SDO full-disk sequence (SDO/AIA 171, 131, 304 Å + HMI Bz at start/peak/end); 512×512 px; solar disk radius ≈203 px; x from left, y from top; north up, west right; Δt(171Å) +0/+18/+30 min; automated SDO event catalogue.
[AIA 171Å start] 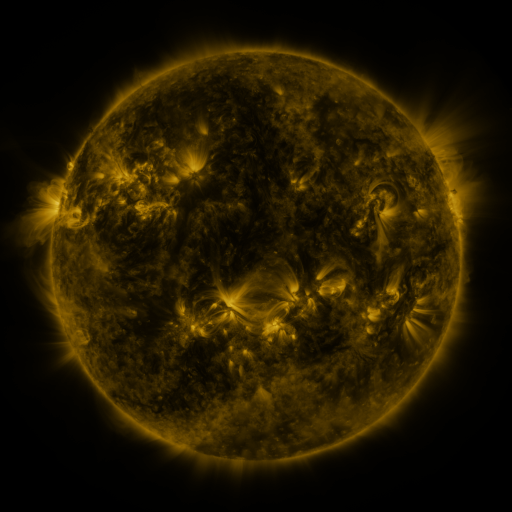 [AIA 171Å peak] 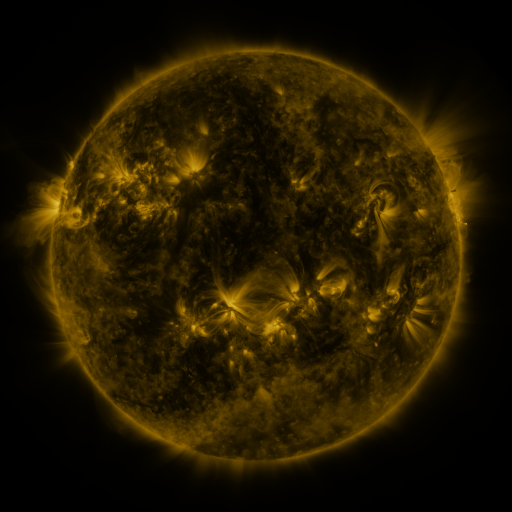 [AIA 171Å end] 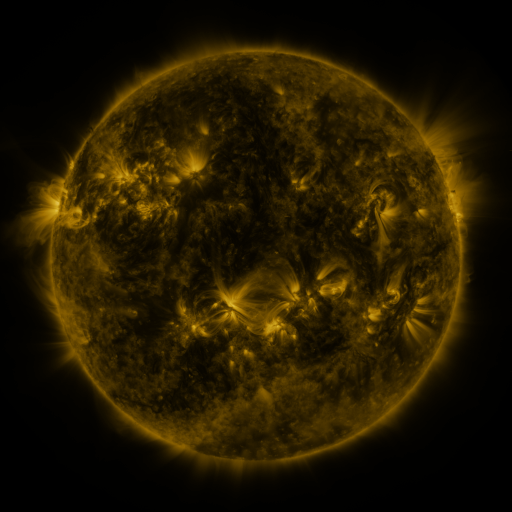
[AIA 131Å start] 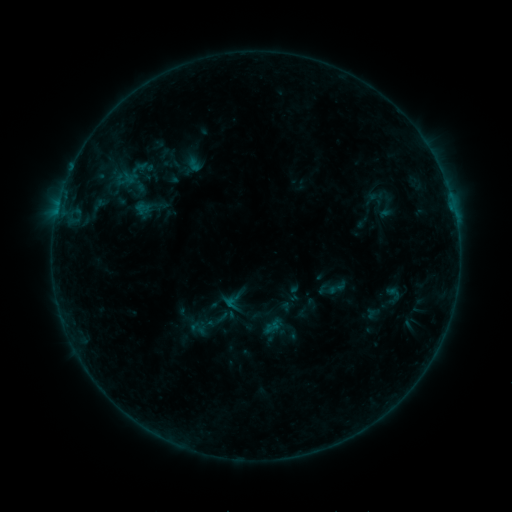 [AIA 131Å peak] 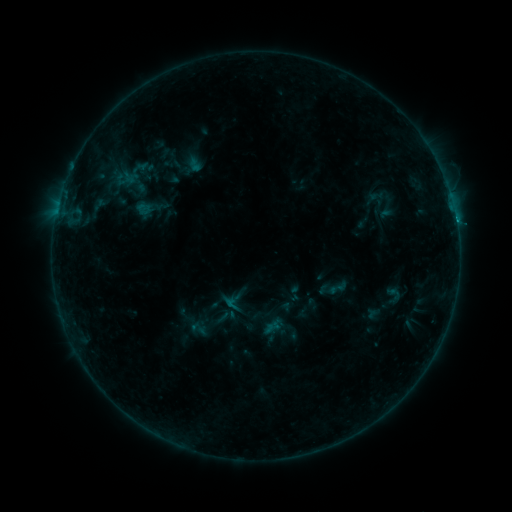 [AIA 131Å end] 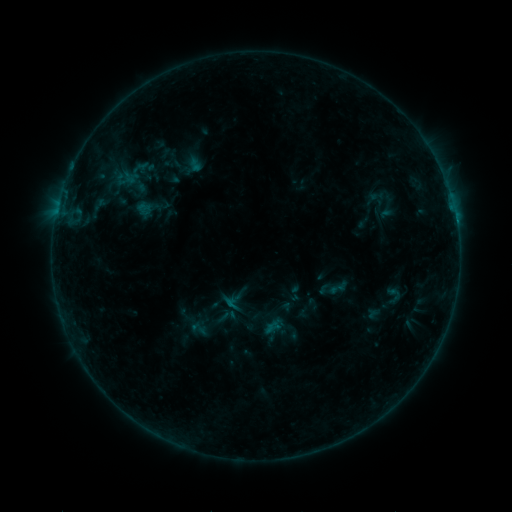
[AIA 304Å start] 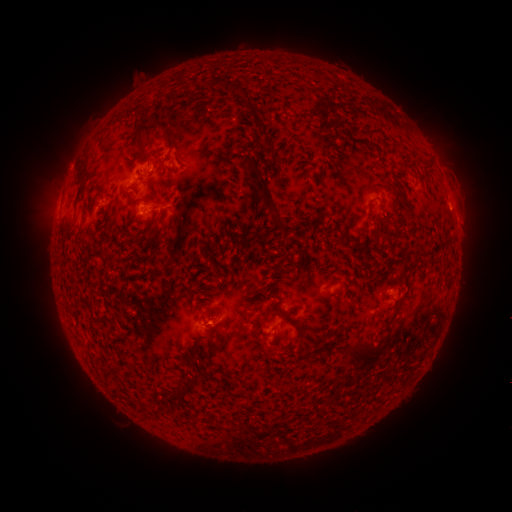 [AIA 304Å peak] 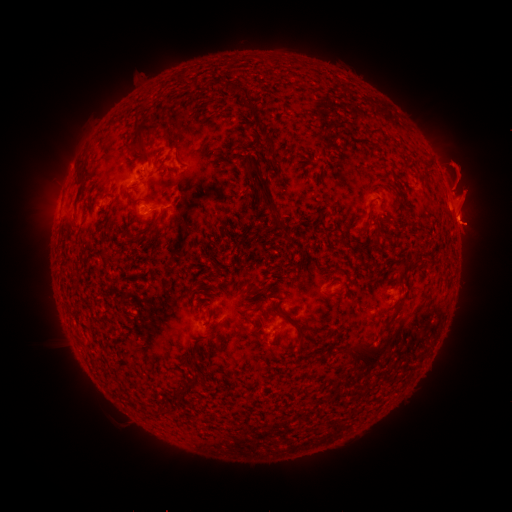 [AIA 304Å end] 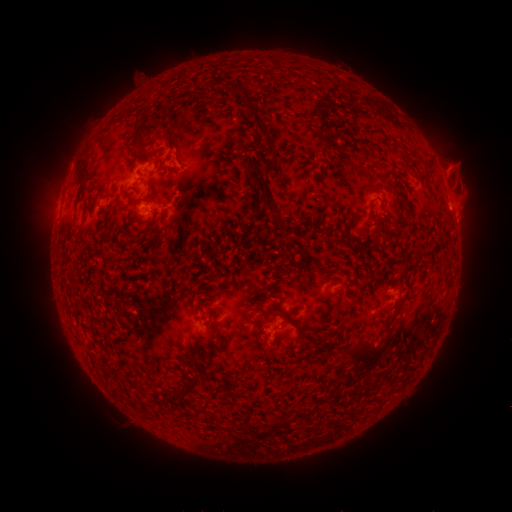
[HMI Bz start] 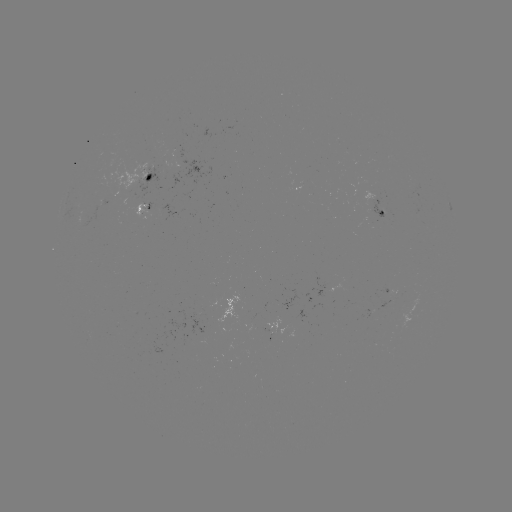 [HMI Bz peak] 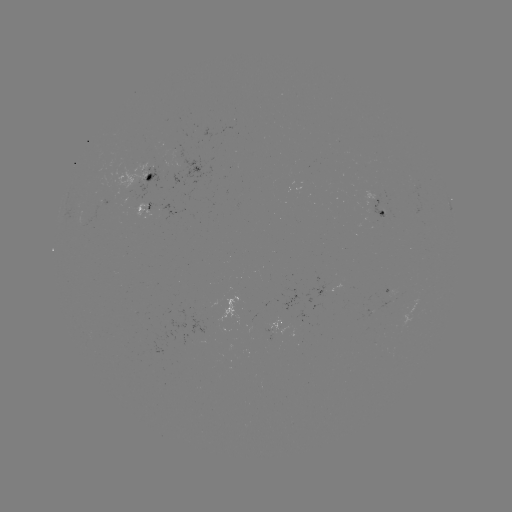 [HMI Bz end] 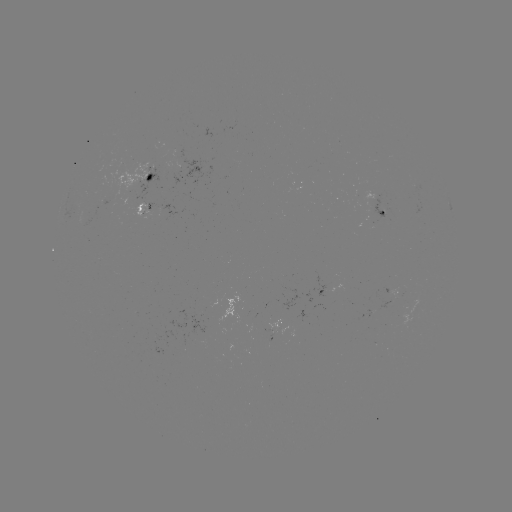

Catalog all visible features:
eruption: (465, 195)
